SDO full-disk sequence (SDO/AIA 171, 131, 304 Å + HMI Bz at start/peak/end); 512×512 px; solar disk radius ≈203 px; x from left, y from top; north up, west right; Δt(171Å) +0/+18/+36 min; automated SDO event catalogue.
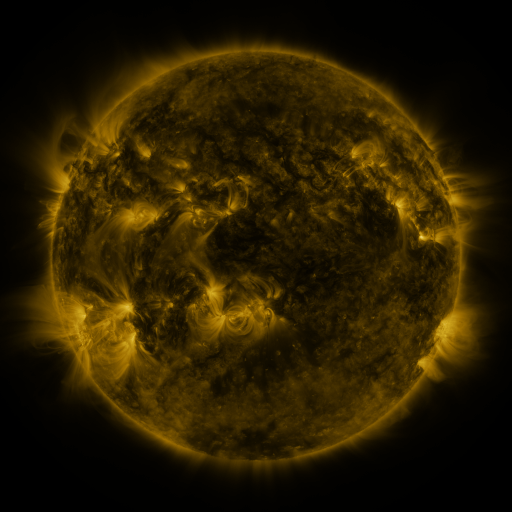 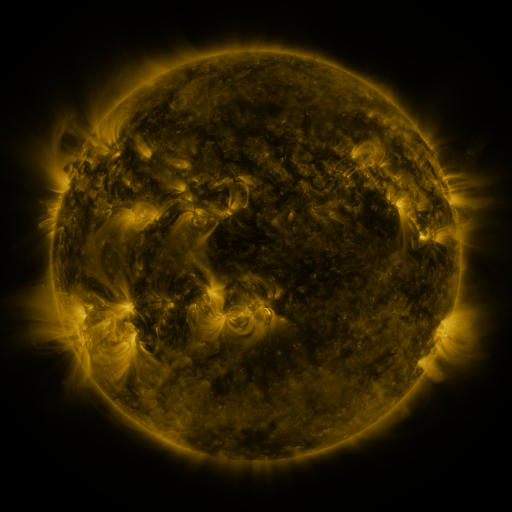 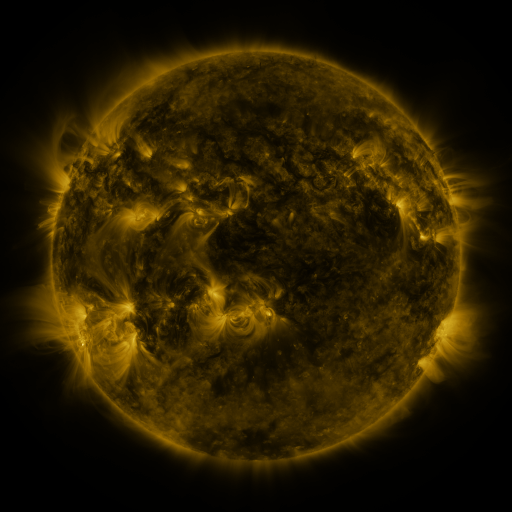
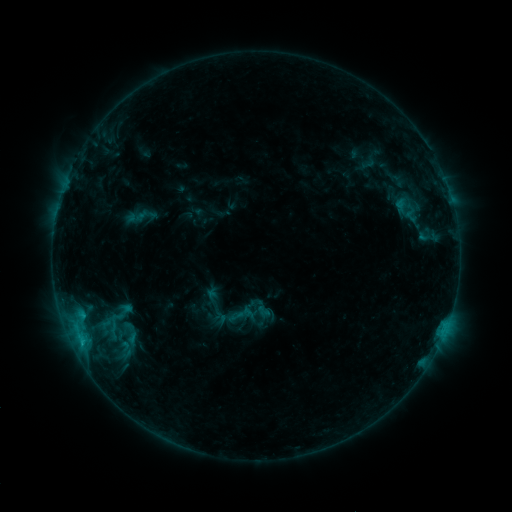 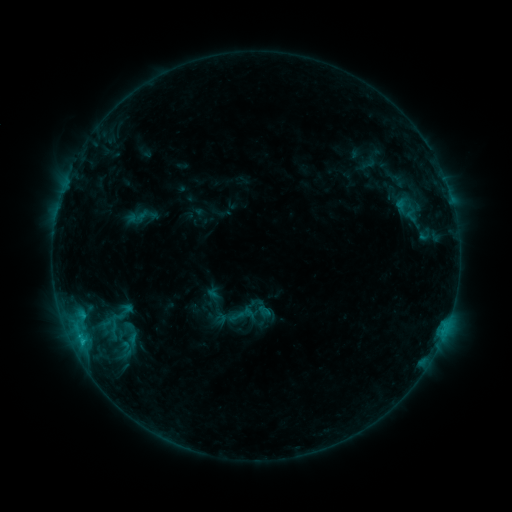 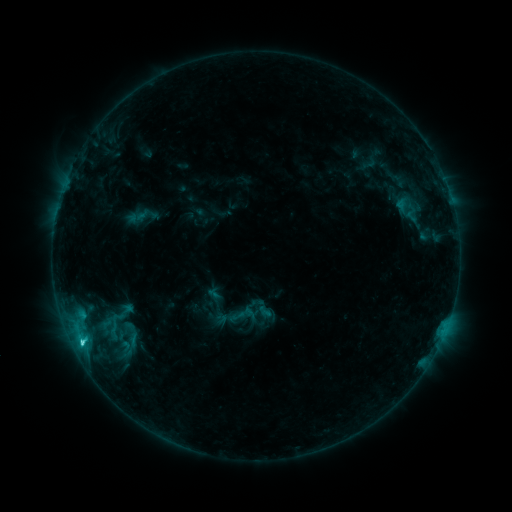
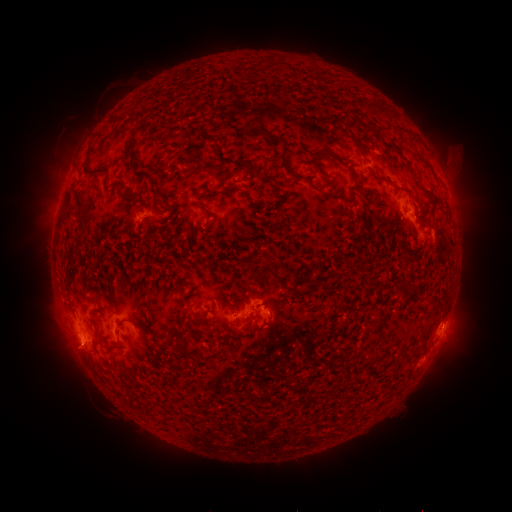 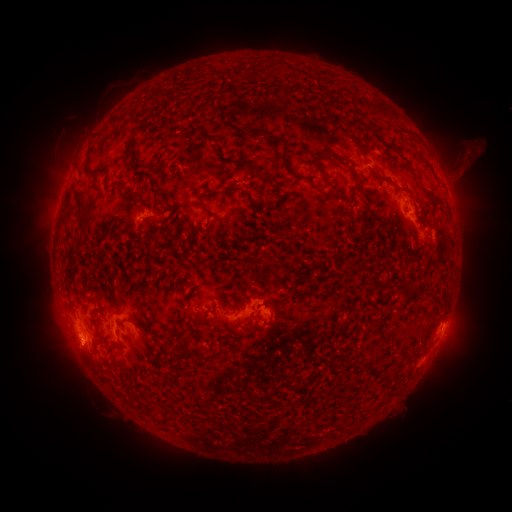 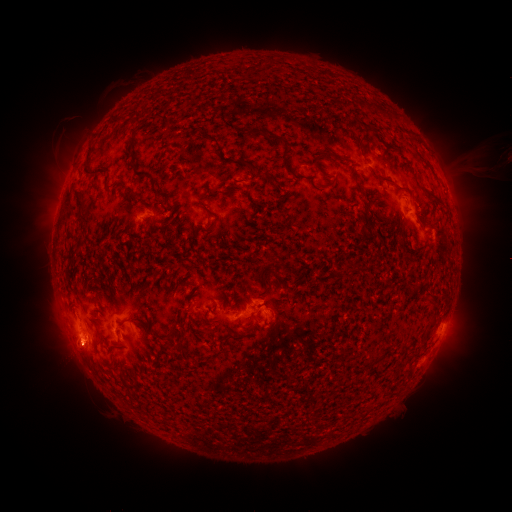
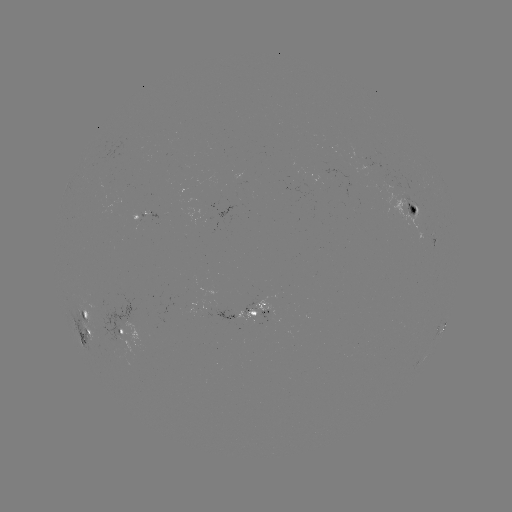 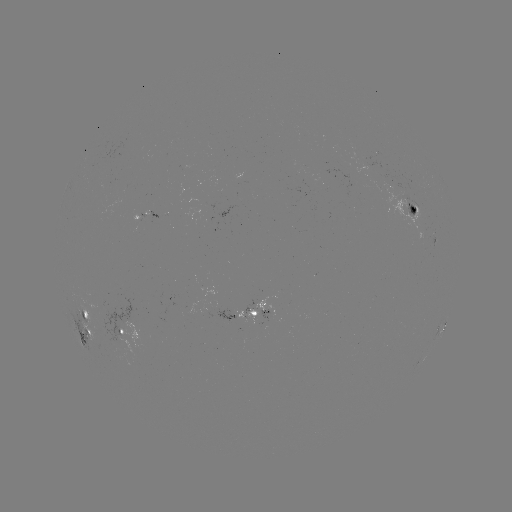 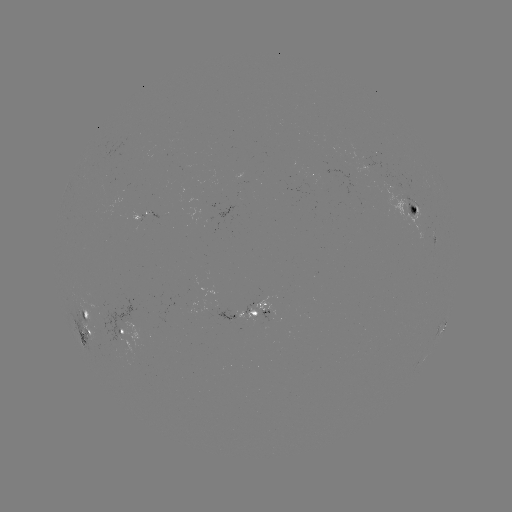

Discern eruption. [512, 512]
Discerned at [467, 159].